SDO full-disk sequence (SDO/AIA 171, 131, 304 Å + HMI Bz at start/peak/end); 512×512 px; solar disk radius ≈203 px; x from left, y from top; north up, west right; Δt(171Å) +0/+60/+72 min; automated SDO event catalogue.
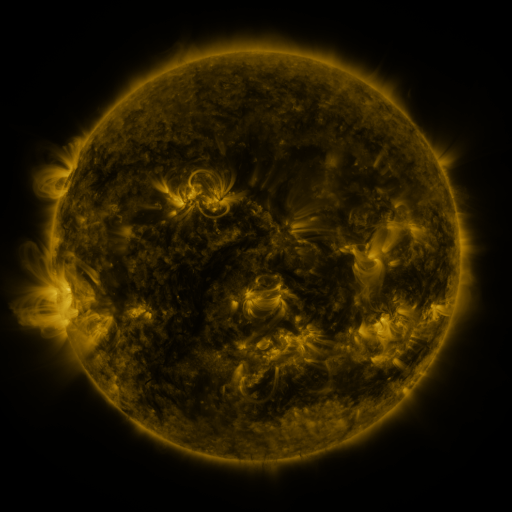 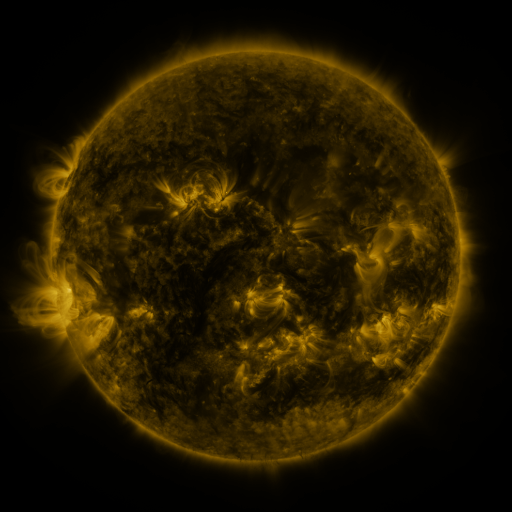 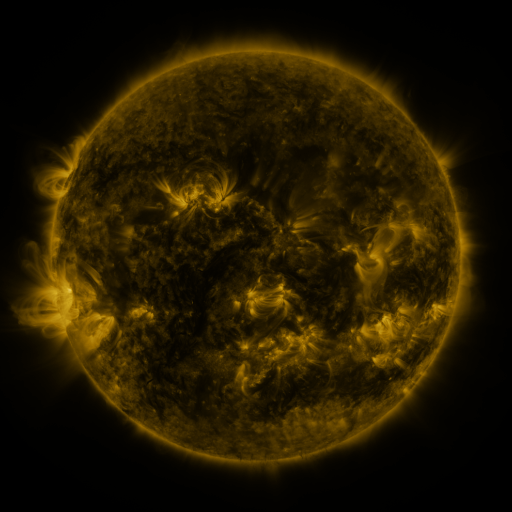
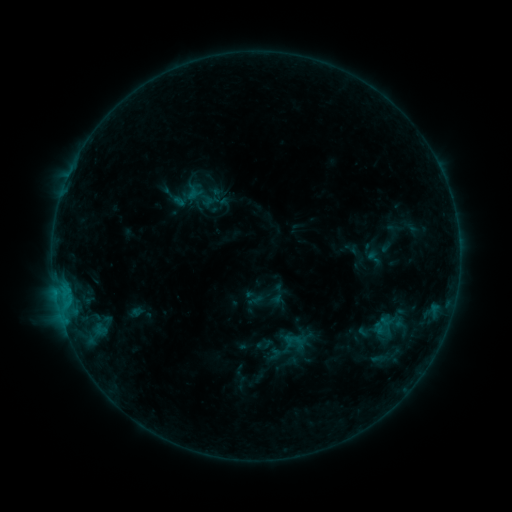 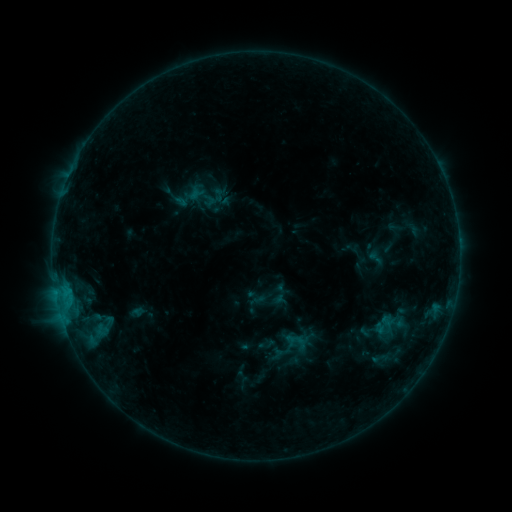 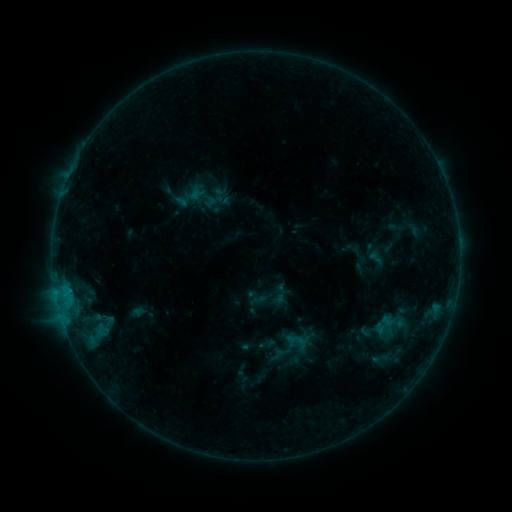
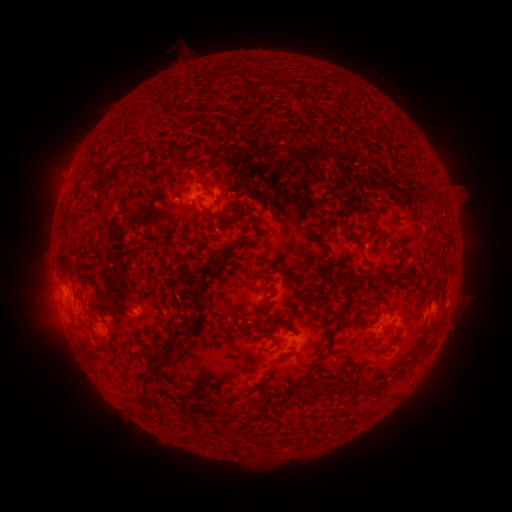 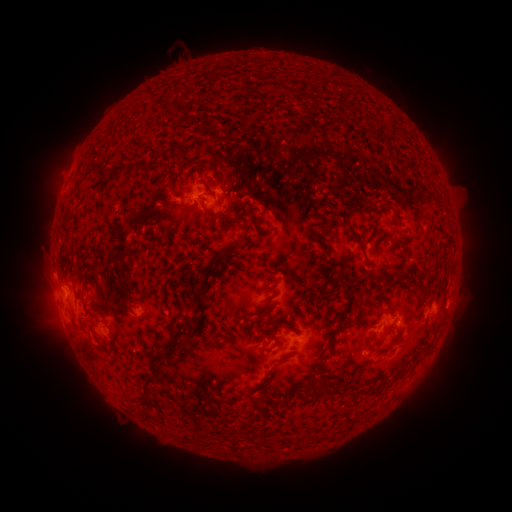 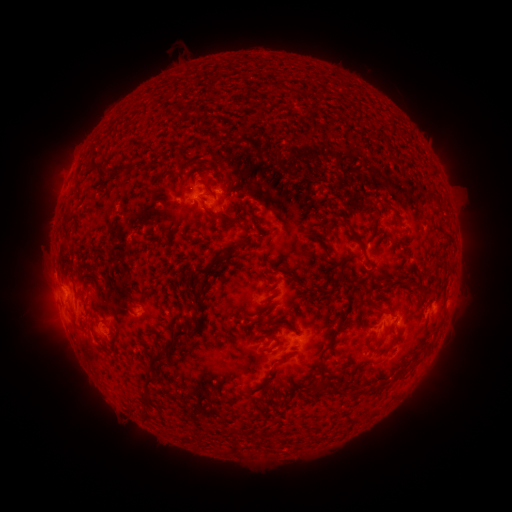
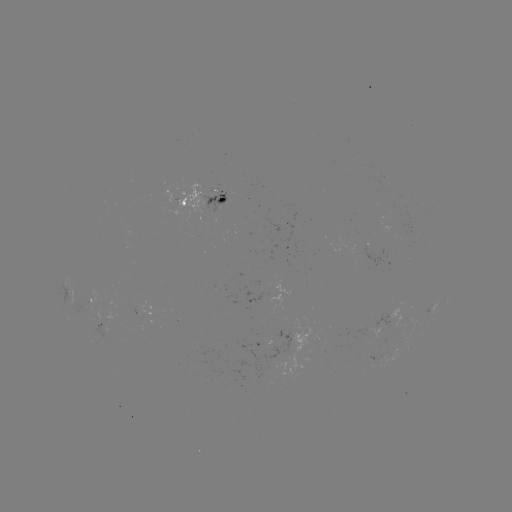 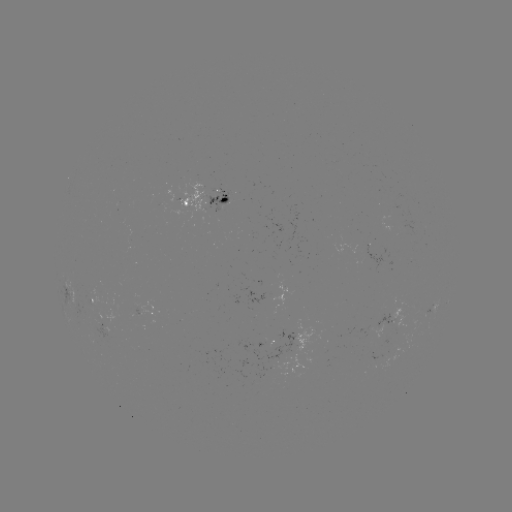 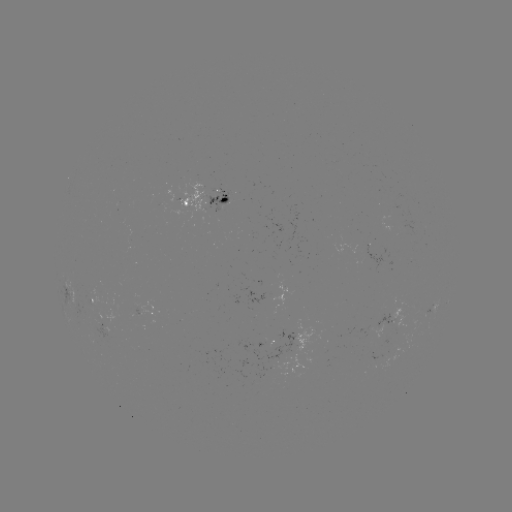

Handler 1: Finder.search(emerging-flux region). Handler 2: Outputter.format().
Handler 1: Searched emerging-flux region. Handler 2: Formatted (270, 276).